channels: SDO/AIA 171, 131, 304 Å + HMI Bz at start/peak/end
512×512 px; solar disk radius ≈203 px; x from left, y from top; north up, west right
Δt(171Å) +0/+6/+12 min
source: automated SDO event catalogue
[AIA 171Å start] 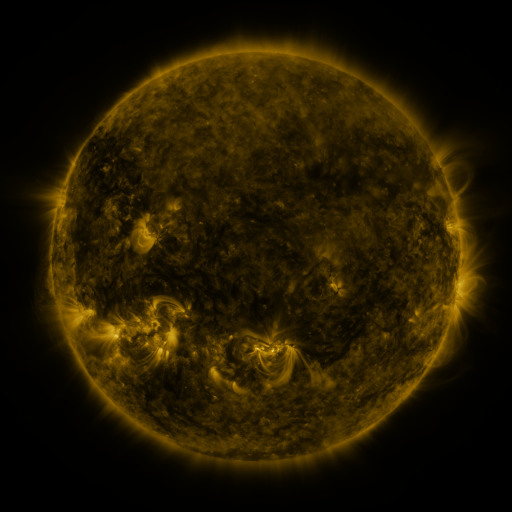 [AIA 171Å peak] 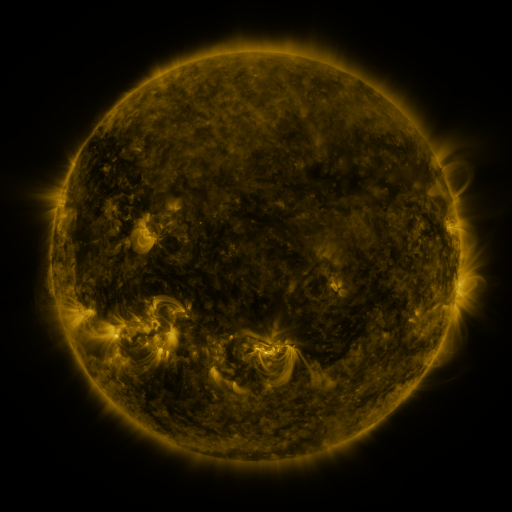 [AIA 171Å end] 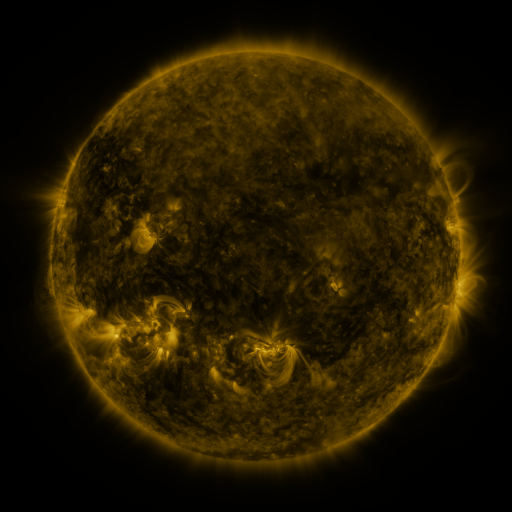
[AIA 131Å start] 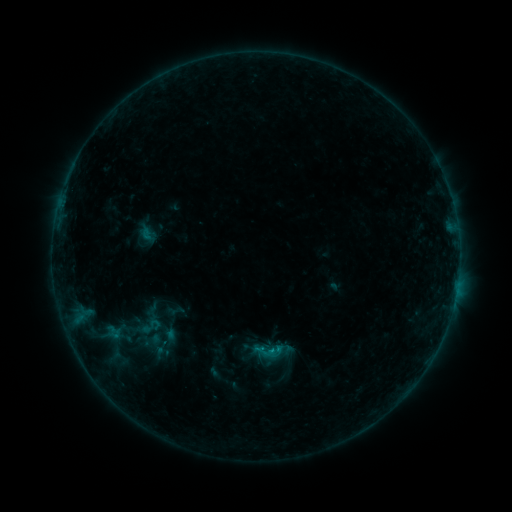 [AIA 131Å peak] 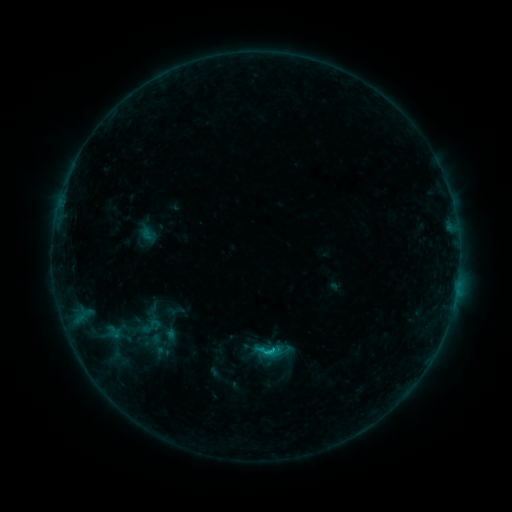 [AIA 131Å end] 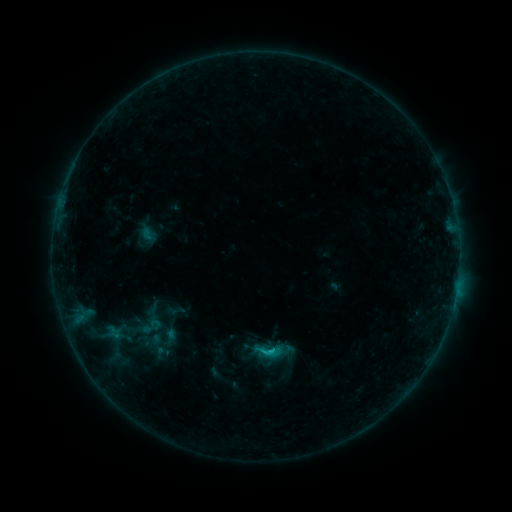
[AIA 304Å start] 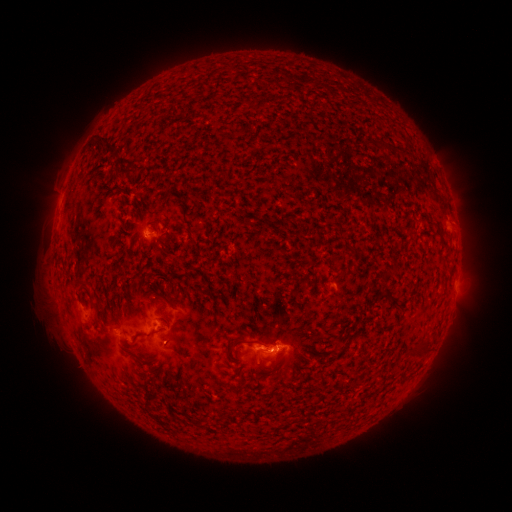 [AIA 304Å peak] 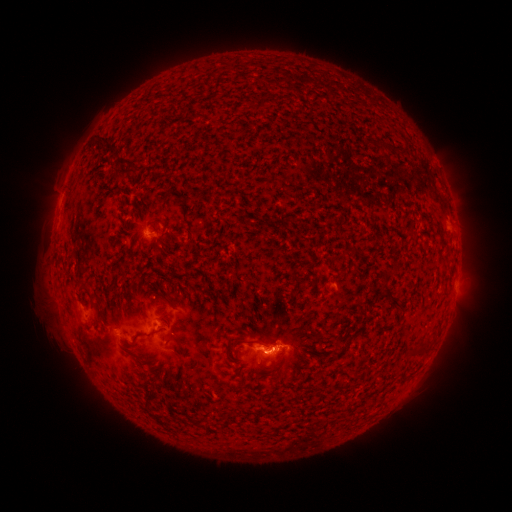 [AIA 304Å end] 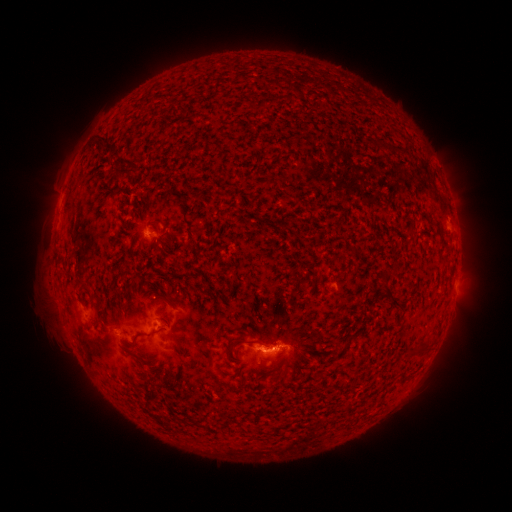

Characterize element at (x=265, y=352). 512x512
C1.1 flare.